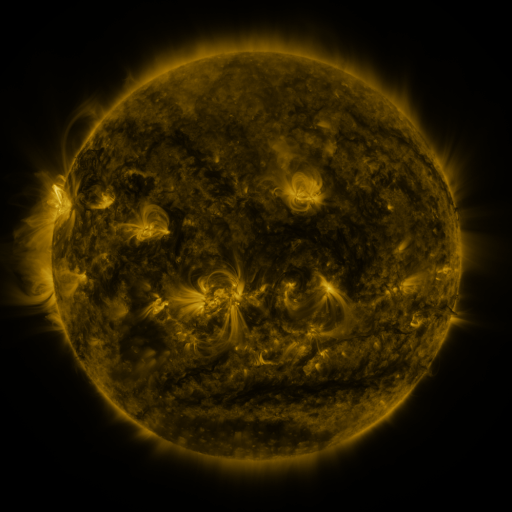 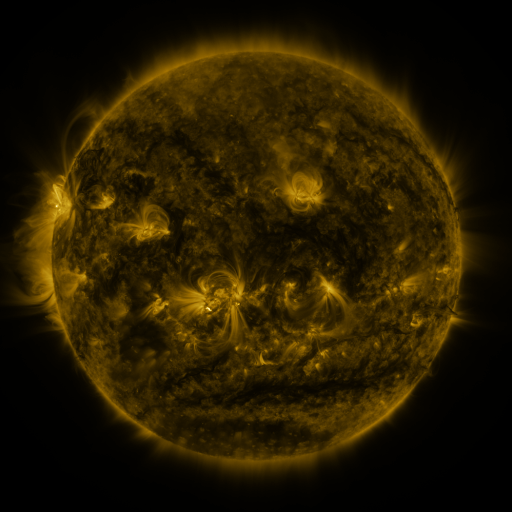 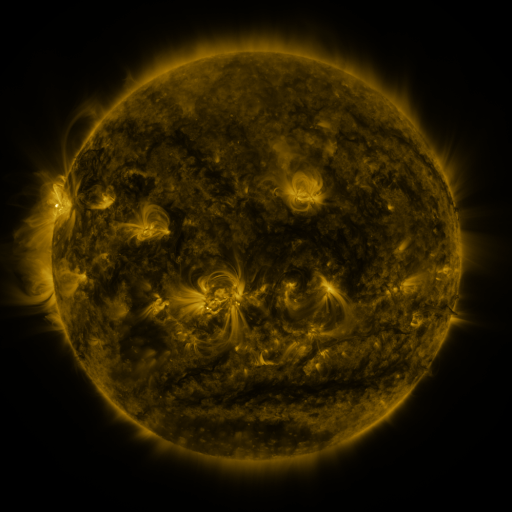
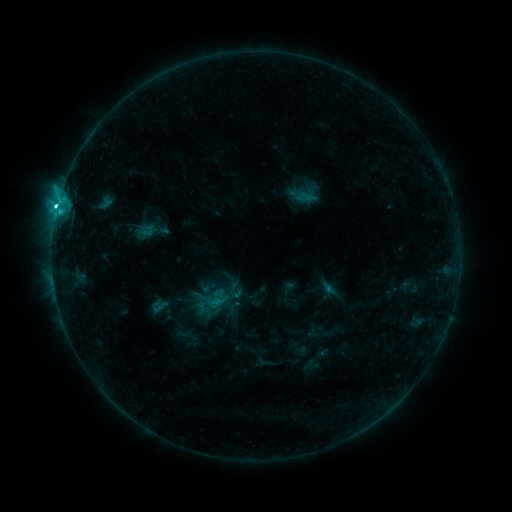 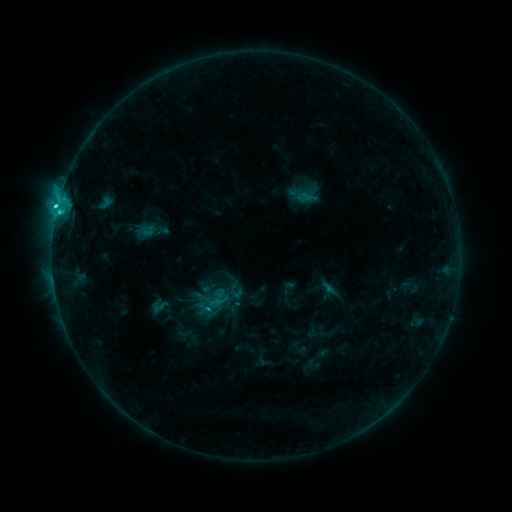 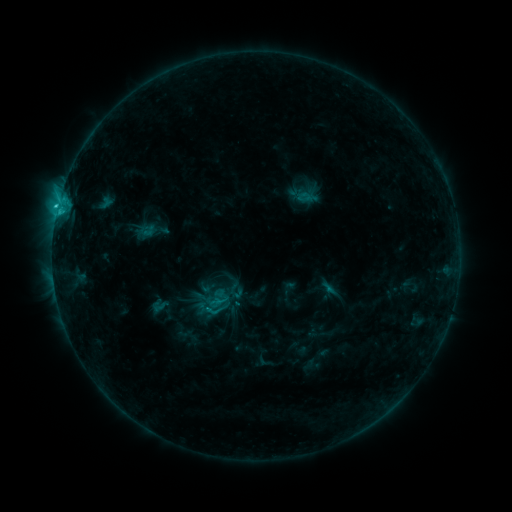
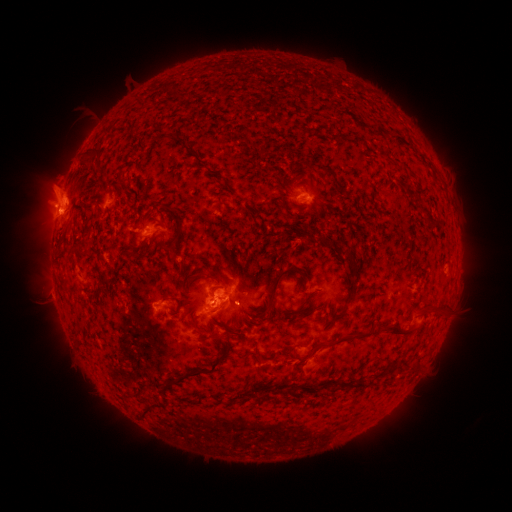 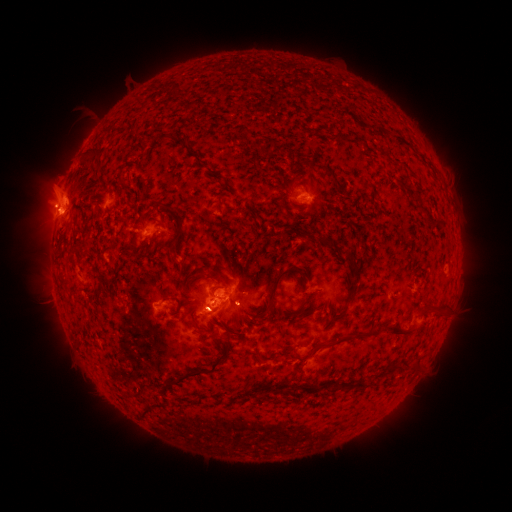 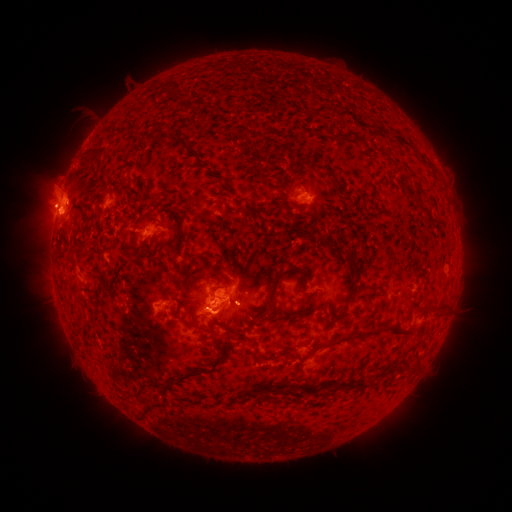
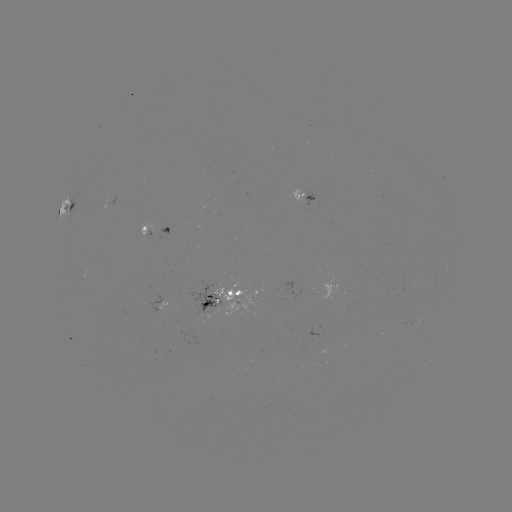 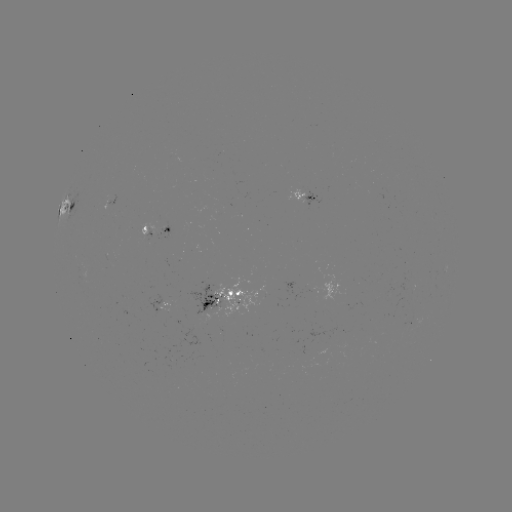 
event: eruption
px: (209, 316)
